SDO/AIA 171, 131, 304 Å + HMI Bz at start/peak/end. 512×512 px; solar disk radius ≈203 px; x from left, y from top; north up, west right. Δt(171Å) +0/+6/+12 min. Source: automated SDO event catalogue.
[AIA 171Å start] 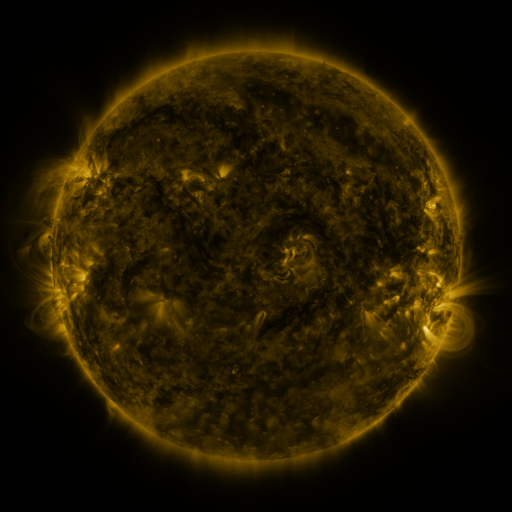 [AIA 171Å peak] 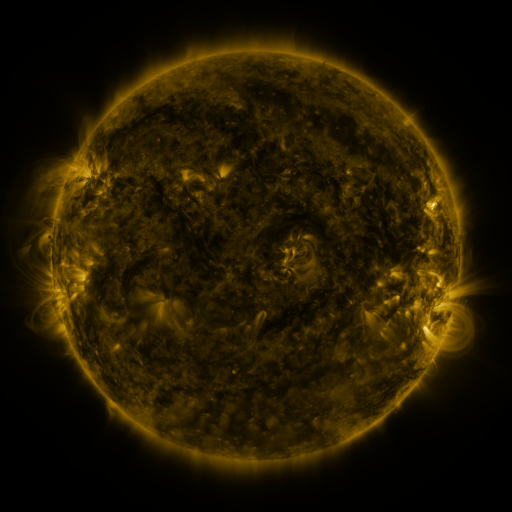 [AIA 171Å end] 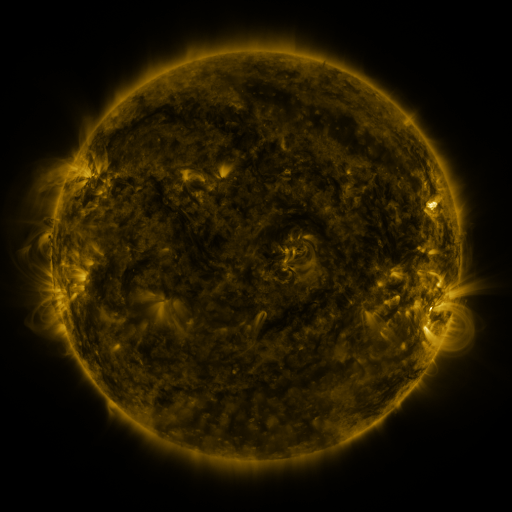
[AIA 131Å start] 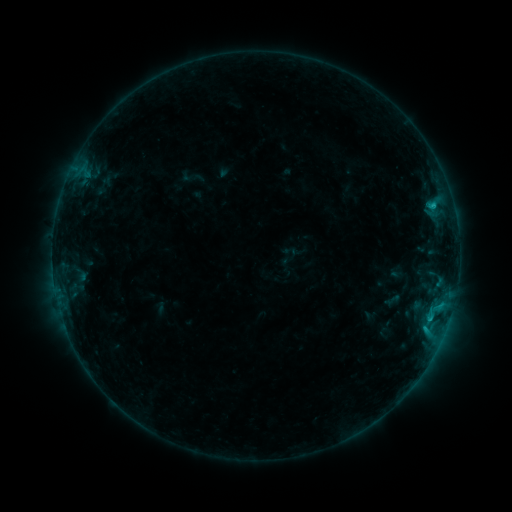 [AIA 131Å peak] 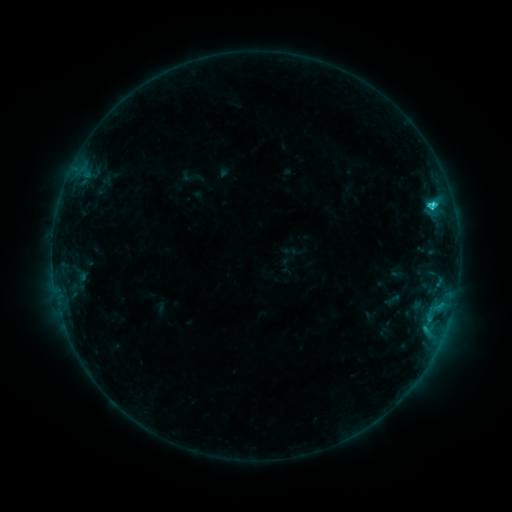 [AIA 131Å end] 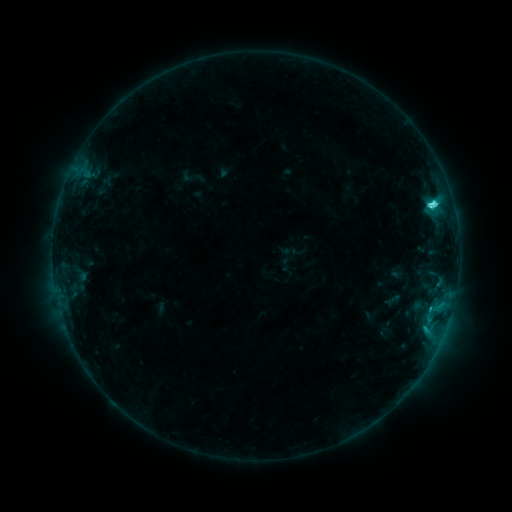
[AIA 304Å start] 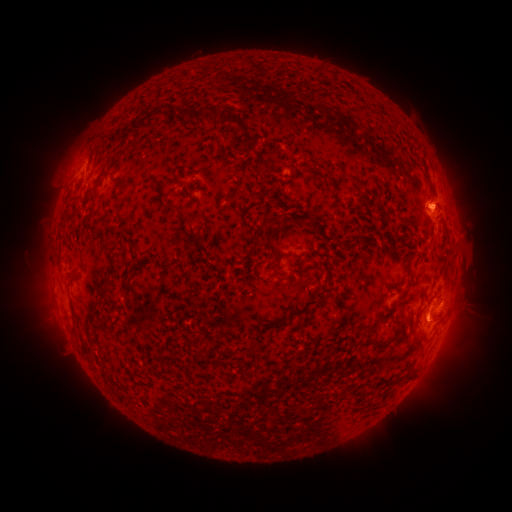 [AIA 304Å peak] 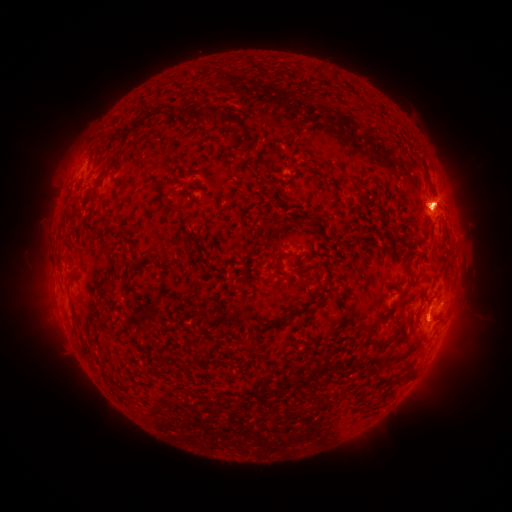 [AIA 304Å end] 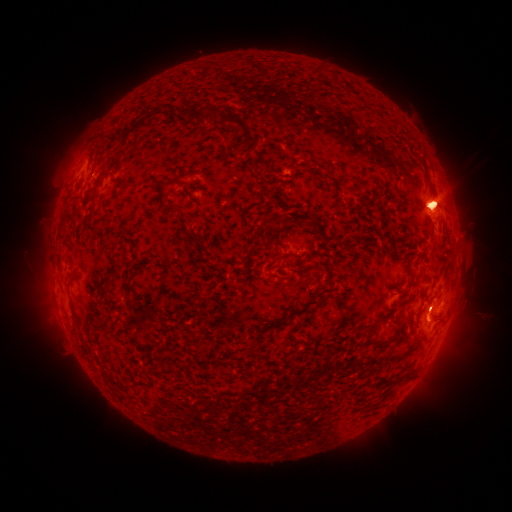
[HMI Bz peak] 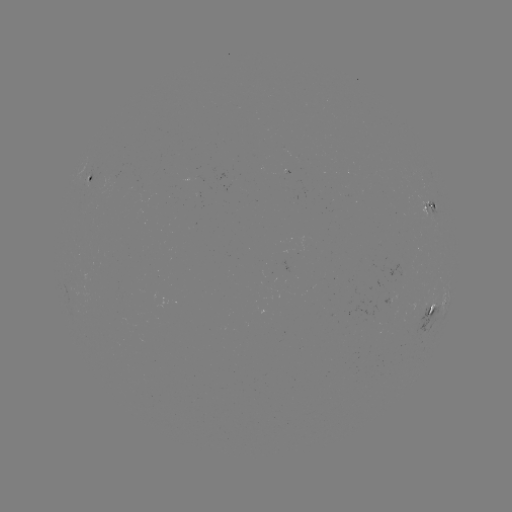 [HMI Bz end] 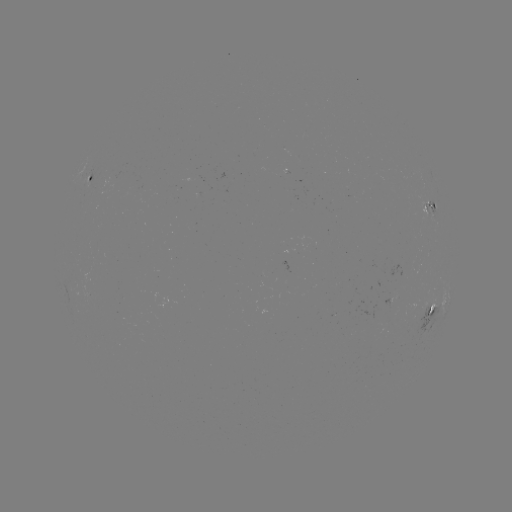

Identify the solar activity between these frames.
eruption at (445, 201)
